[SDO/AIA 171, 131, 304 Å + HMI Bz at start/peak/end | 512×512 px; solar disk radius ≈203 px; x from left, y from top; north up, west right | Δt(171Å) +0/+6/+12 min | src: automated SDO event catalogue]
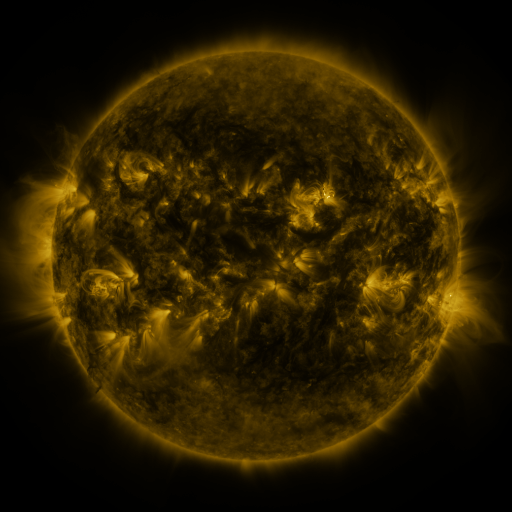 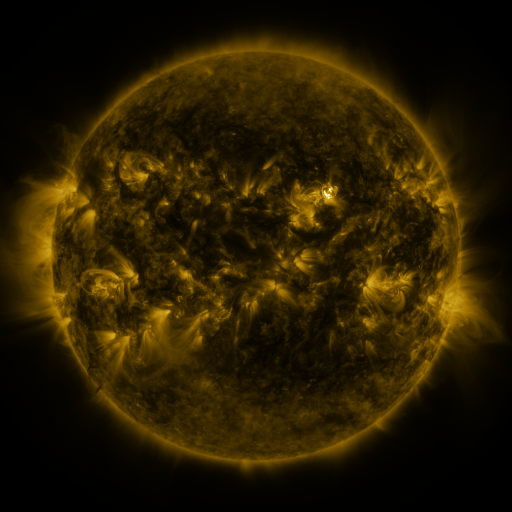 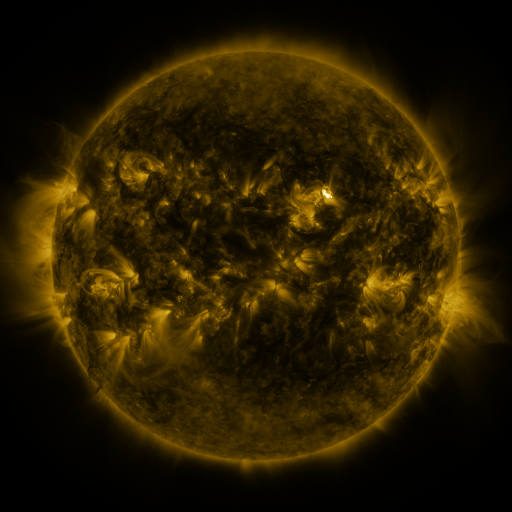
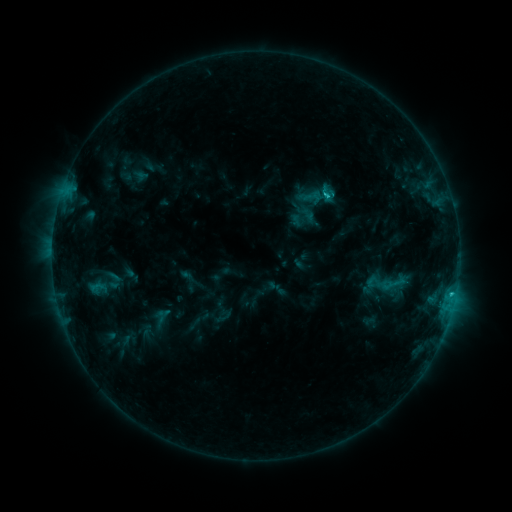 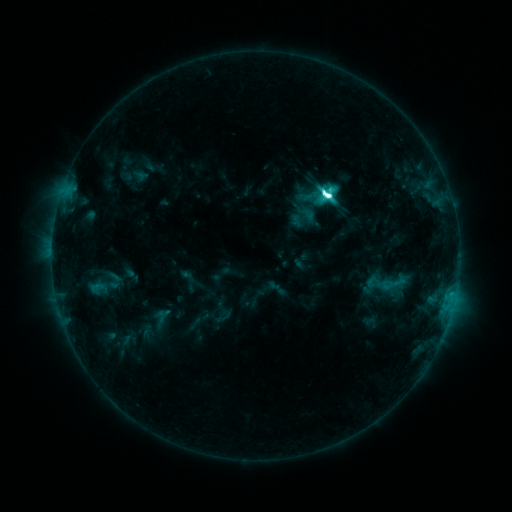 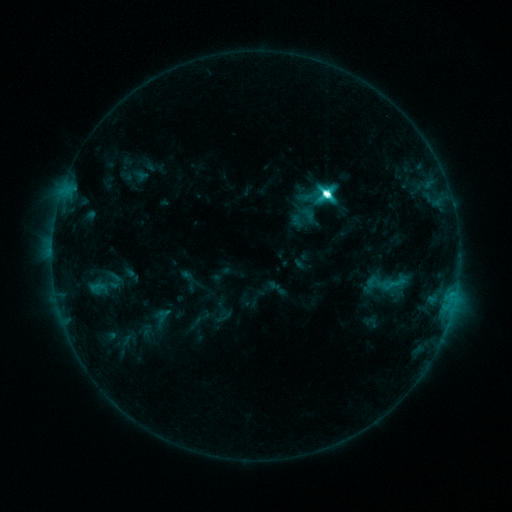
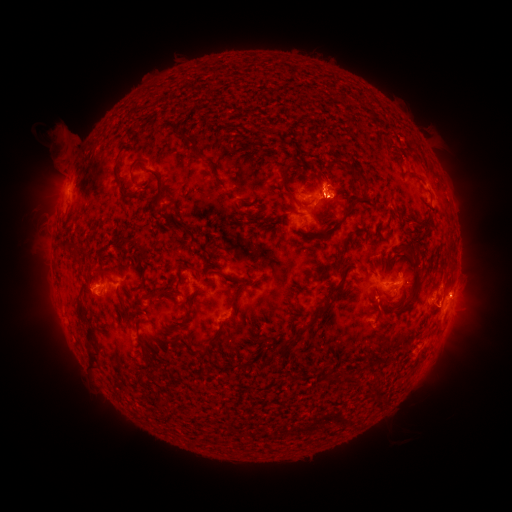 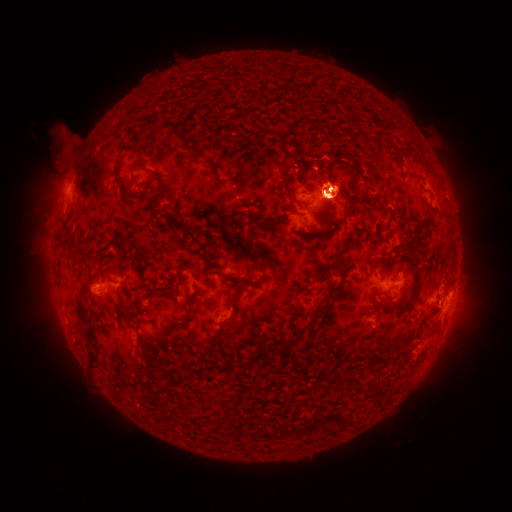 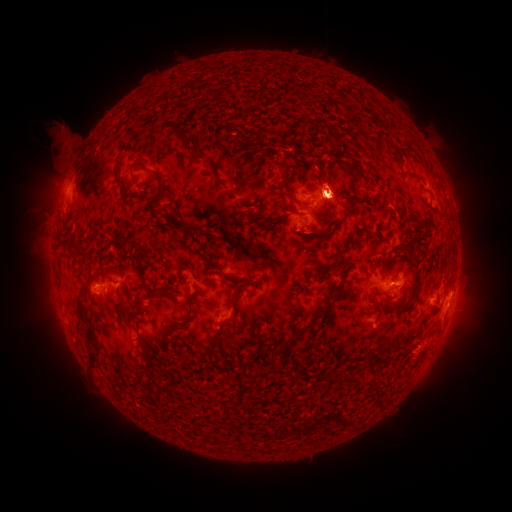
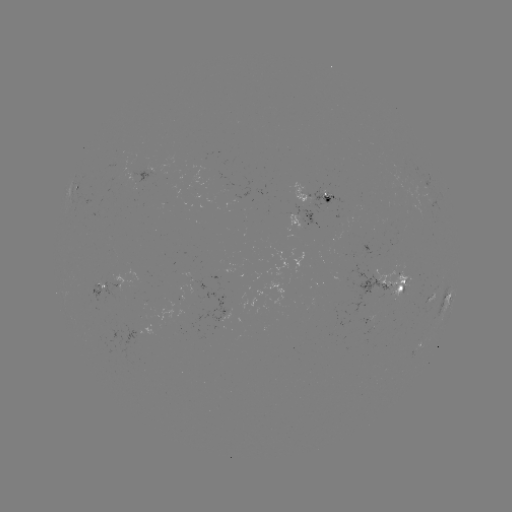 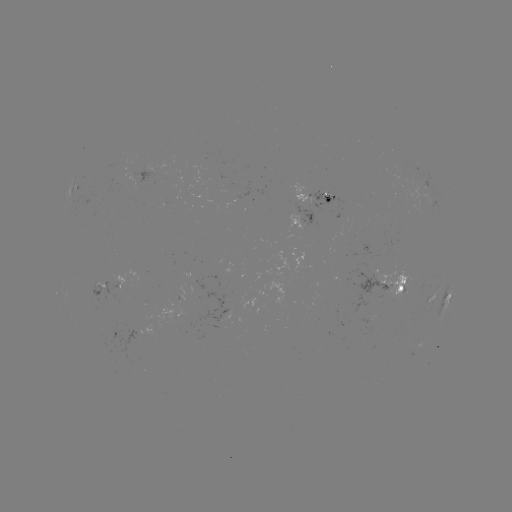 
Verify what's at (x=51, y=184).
eruption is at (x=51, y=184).